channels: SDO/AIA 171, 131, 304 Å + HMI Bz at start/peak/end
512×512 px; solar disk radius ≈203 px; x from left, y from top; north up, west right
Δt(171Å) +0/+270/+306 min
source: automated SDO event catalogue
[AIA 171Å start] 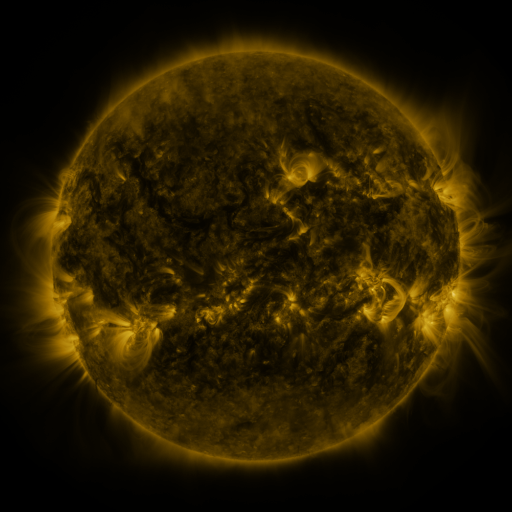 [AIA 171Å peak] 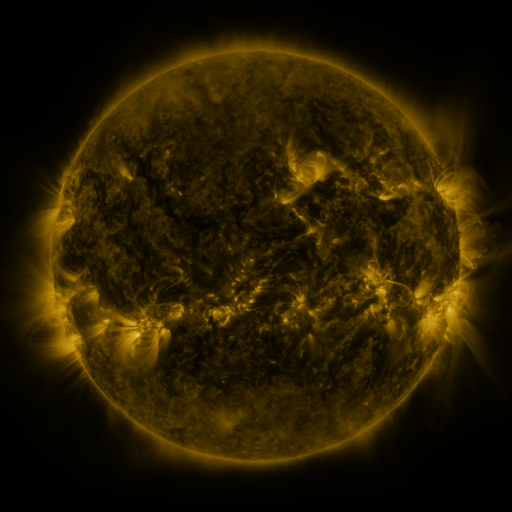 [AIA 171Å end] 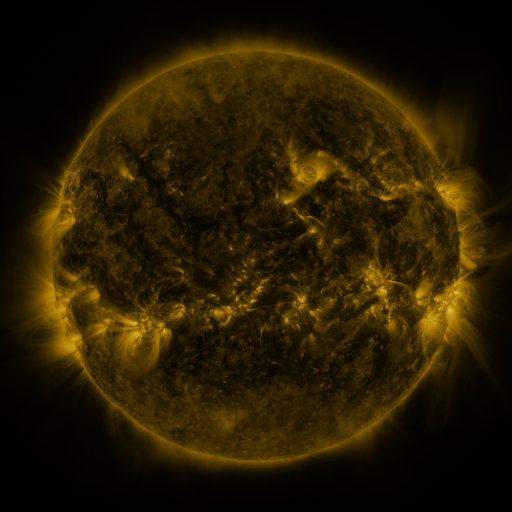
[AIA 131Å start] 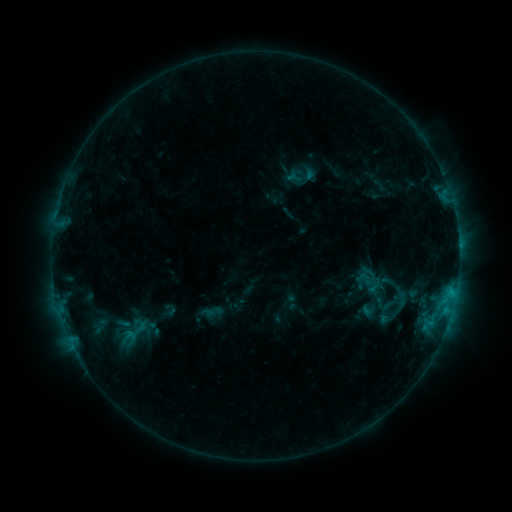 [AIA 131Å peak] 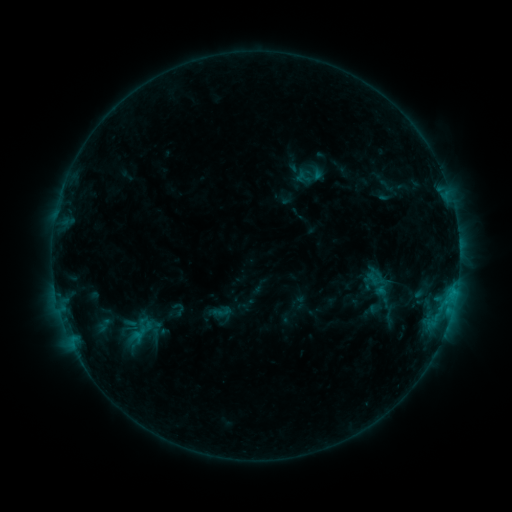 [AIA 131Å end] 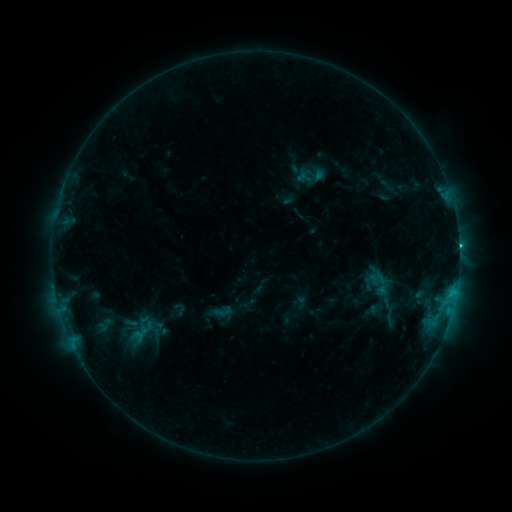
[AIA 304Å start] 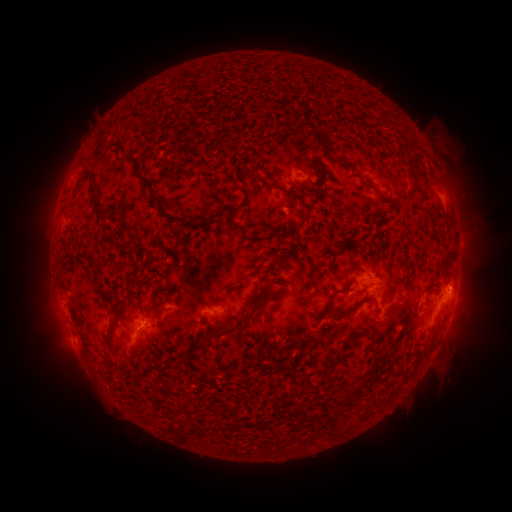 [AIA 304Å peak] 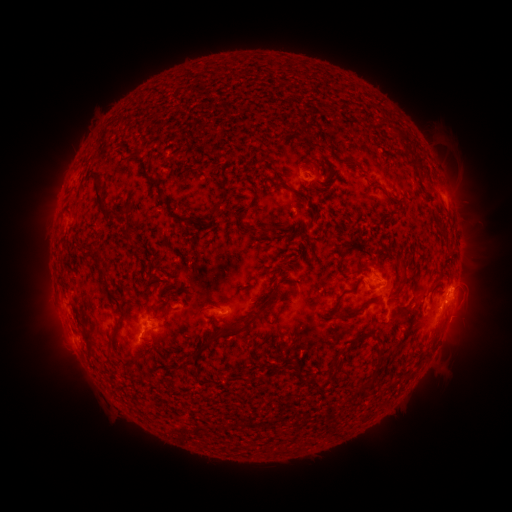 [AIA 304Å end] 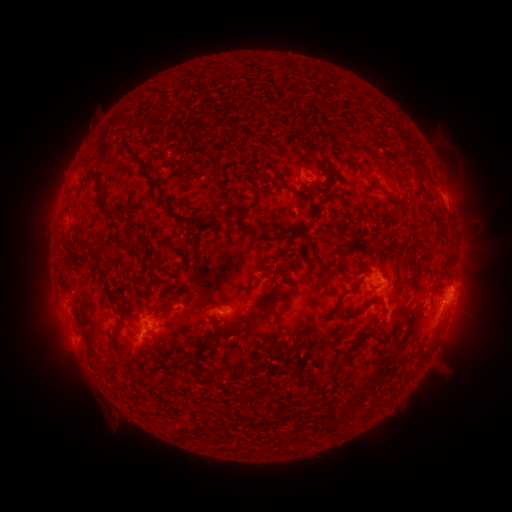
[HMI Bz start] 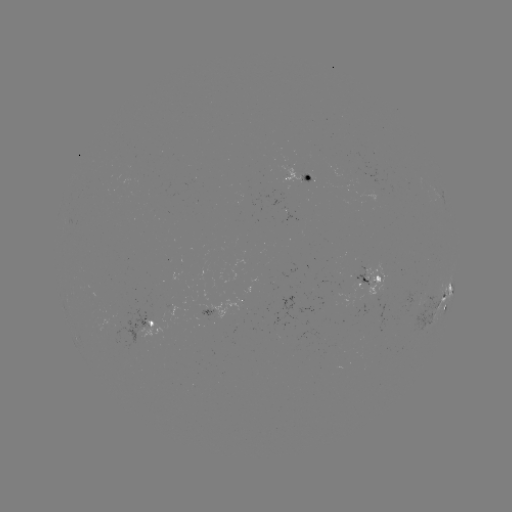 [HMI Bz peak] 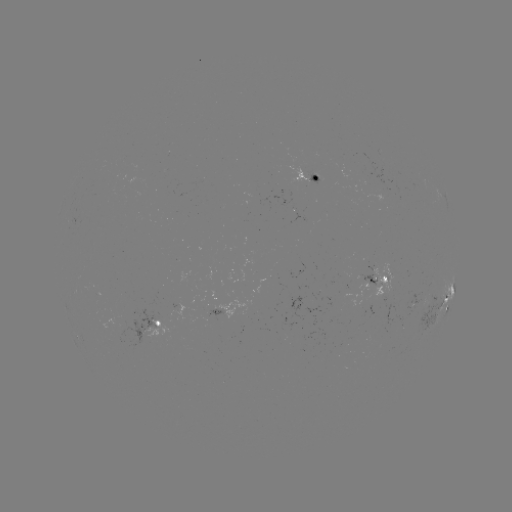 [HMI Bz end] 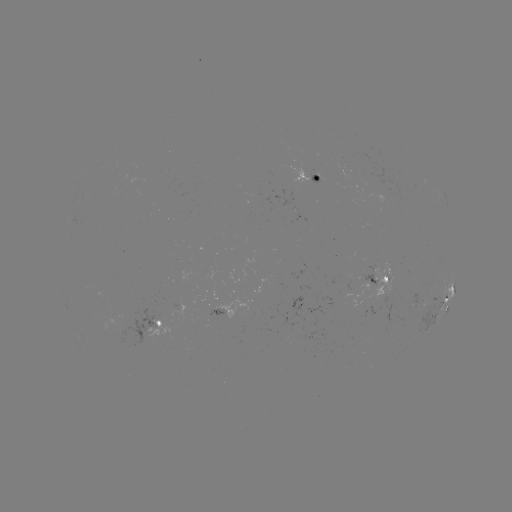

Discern emerging-flux region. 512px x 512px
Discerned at [211, 312].